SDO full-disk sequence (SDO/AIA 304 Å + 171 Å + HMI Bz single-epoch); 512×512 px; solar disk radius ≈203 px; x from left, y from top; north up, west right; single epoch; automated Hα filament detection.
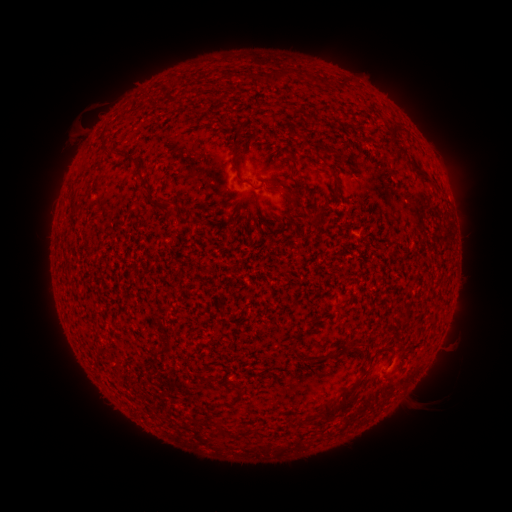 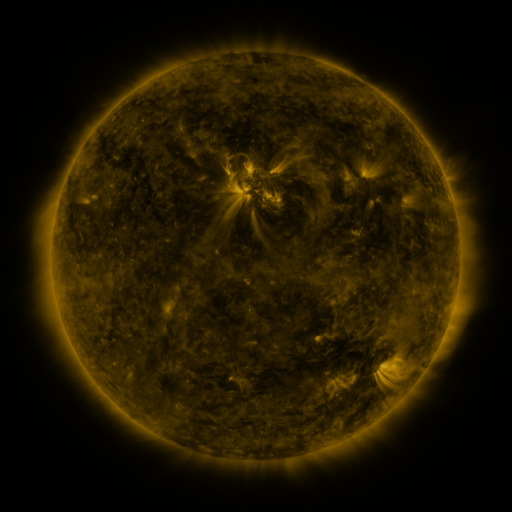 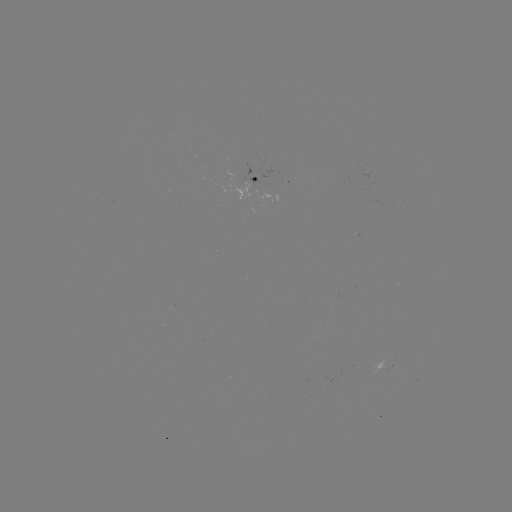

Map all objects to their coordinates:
filament: (280, 75)
filament: (396, 135)
filament: (122, 151)
filament: (134, 158)
filament: (237, 165)
filament: (419, 172)
filament: (301, 186)
filament: (280, 191)
filament: (150, 195)
filament: (318, 358)
filament: (344, 401)
filament: (325, 412)
